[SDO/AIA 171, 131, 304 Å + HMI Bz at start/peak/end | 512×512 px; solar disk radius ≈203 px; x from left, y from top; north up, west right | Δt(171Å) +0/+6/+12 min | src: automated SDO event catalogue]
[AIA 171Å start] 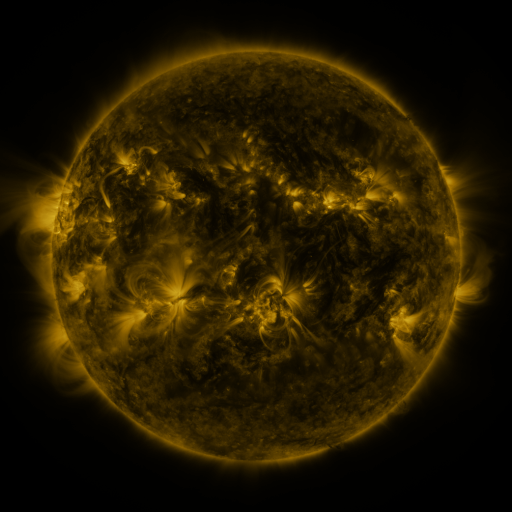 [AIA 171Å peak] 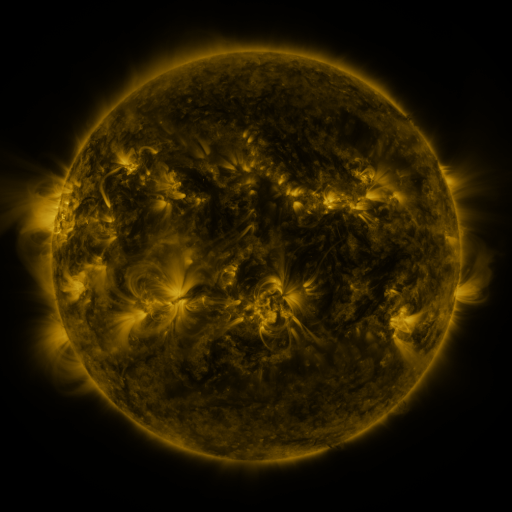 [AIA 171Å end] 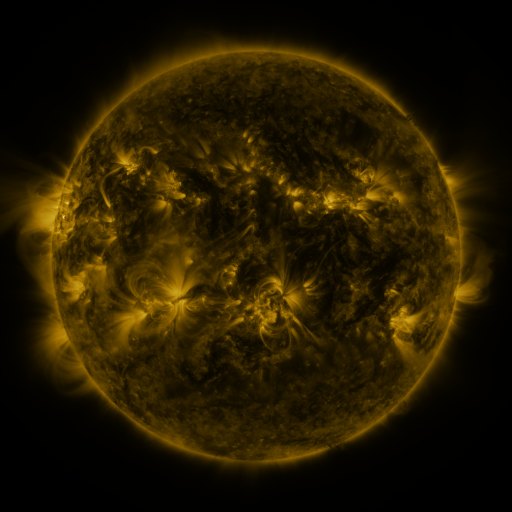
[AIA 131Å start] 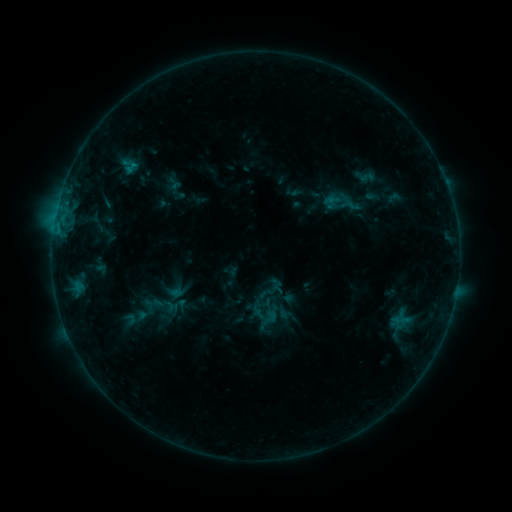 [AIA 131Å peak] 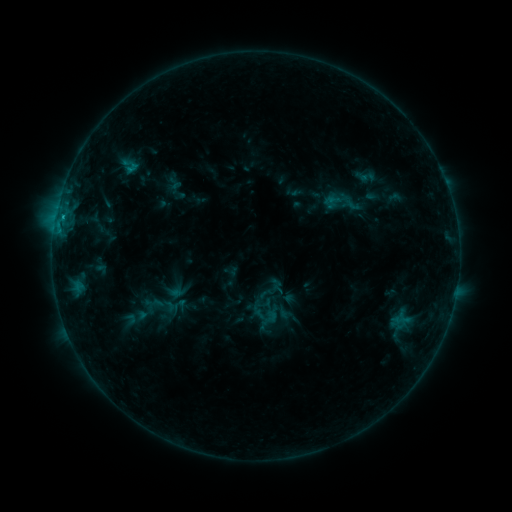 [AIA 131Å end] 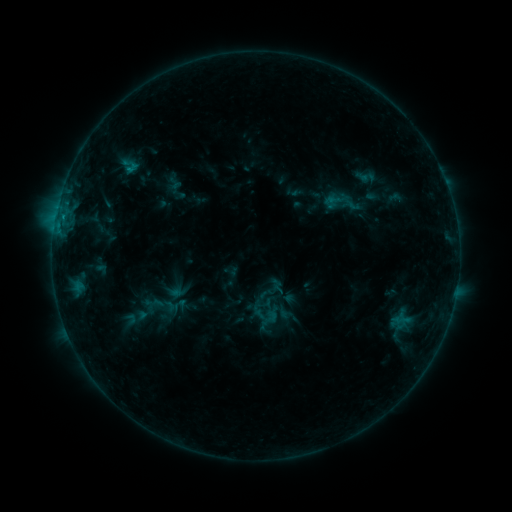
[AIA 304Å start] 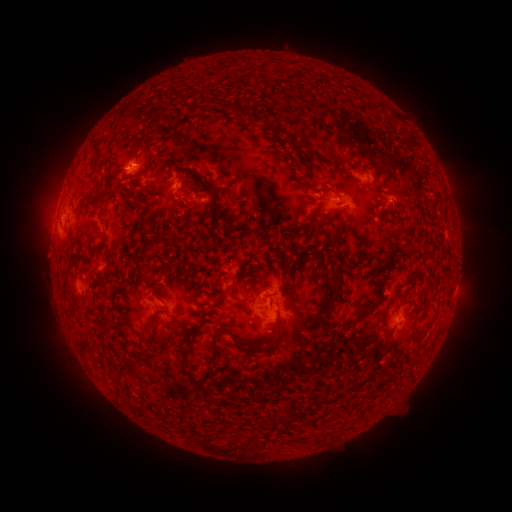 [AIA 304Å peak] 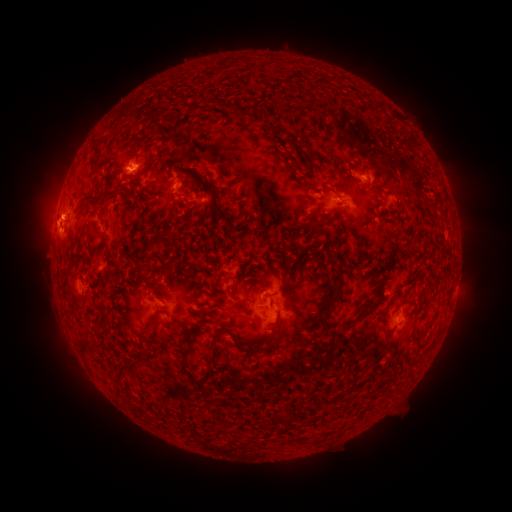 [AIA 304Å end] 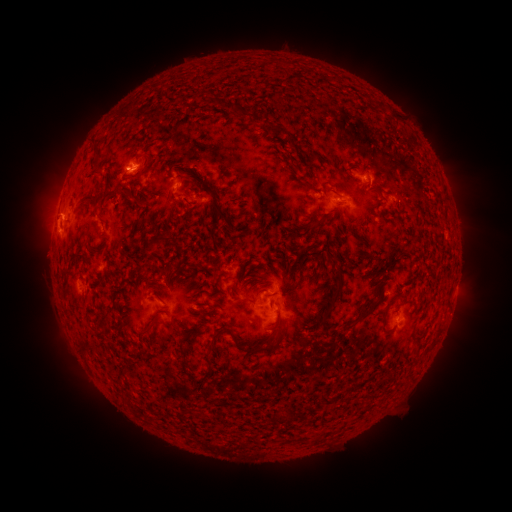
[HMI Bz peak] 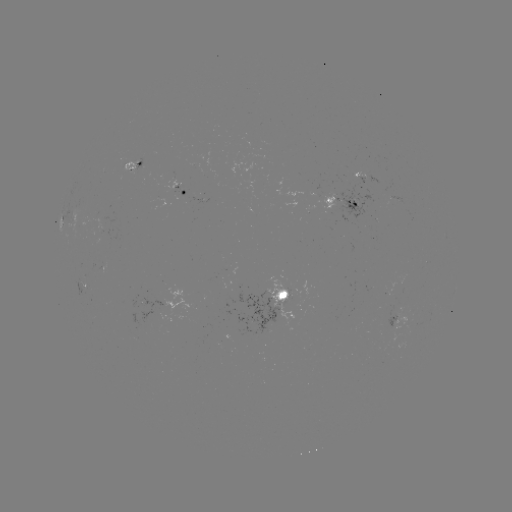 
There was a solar eruption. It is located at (51, 224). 